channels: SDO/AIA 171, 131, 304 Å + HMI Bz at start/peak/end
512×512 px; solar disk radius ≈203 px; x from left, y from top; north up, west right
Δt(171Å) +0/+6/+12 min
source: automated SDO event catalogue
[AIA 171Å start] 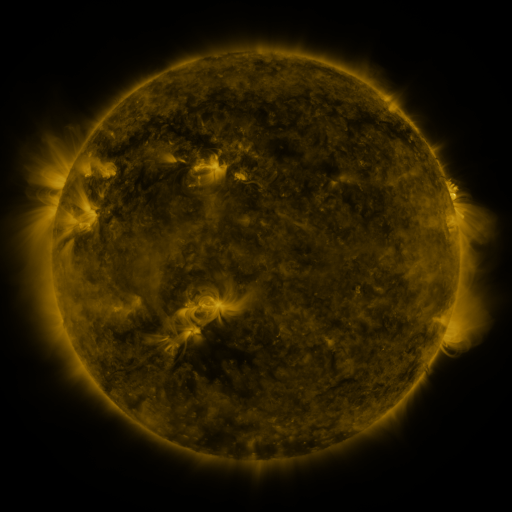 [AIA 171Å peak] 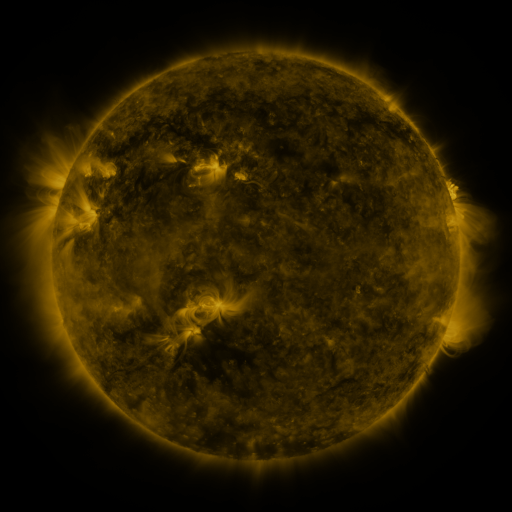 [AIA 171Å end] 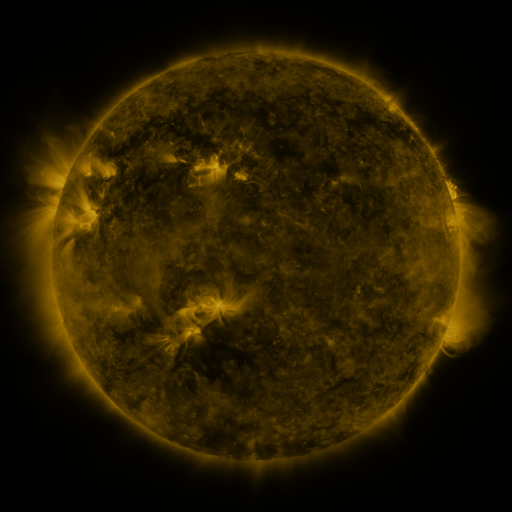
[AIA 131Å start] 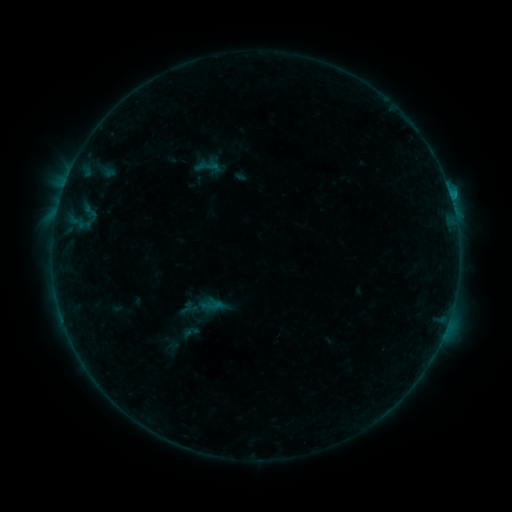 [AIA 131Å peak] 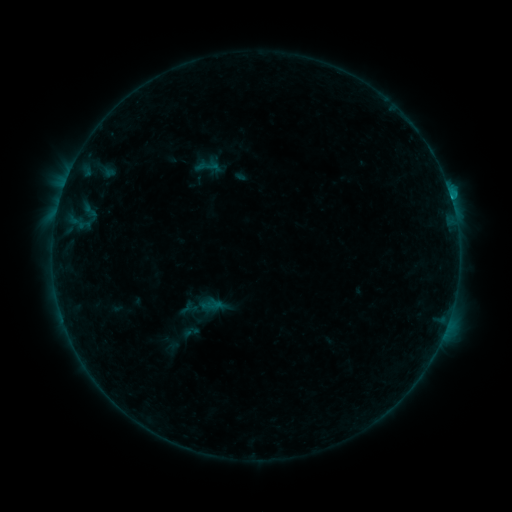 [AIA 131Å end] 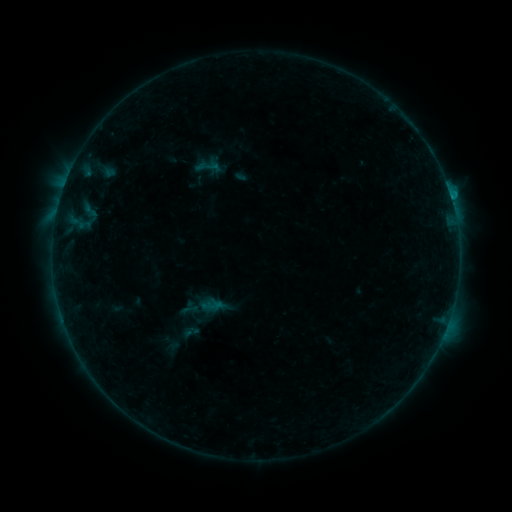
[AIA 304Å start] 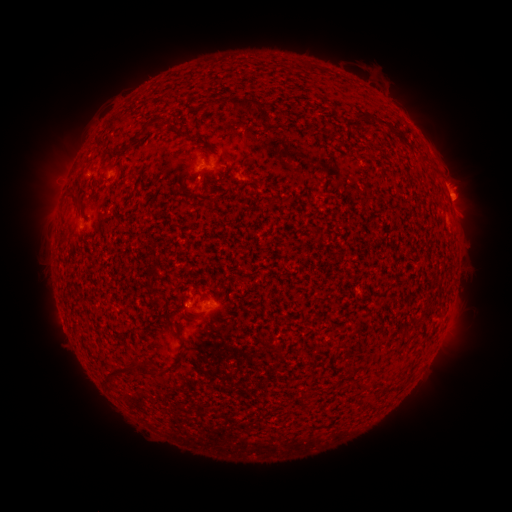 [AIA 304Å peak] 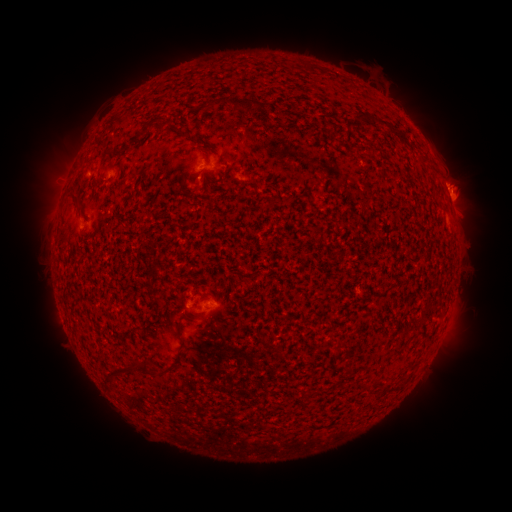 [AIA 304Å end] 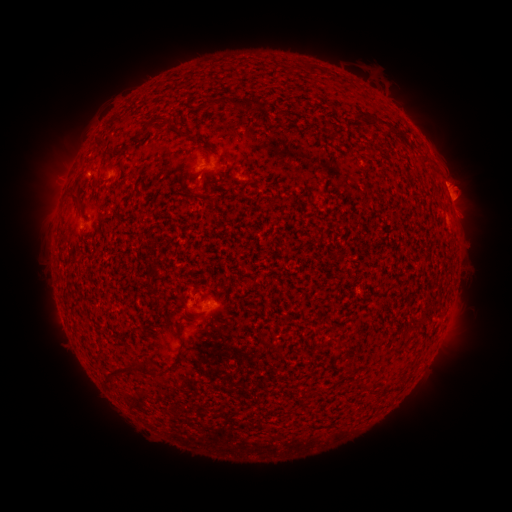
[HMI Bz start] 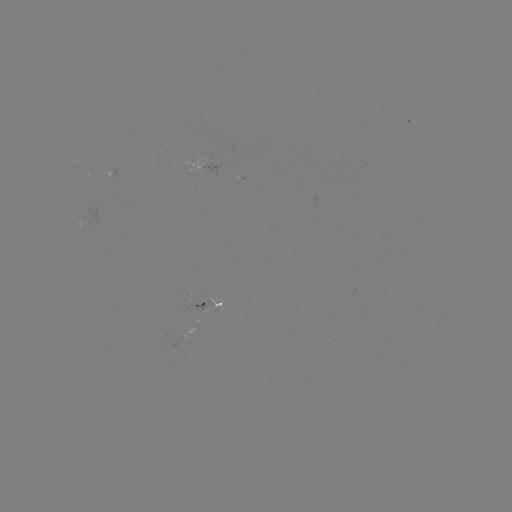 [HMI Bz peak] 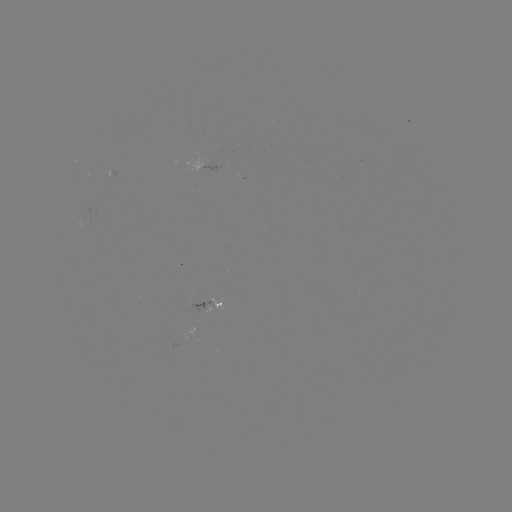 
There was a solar flare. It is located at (451, 199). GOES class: B6.7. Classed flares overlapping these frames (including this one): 1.